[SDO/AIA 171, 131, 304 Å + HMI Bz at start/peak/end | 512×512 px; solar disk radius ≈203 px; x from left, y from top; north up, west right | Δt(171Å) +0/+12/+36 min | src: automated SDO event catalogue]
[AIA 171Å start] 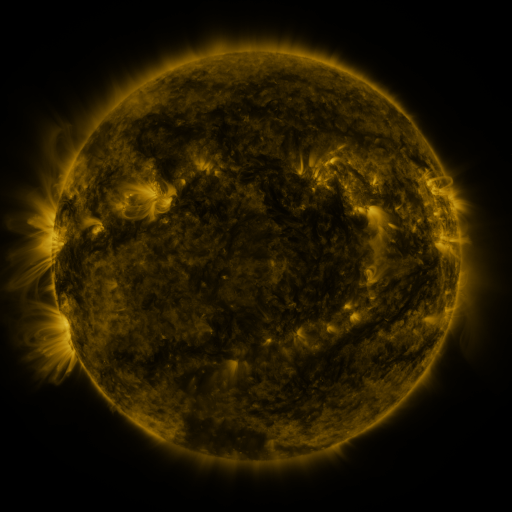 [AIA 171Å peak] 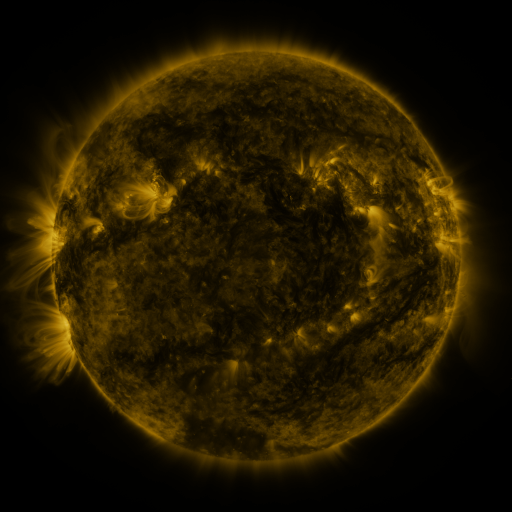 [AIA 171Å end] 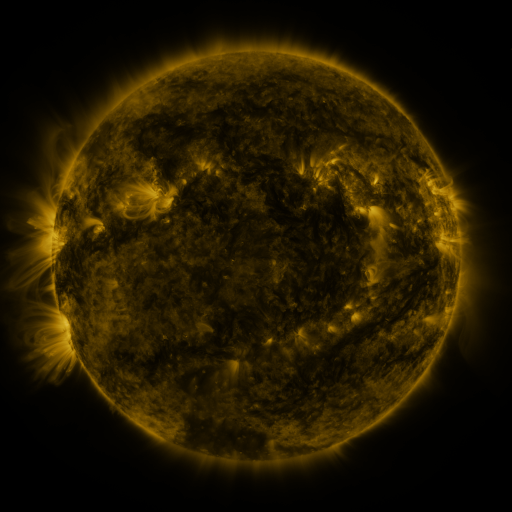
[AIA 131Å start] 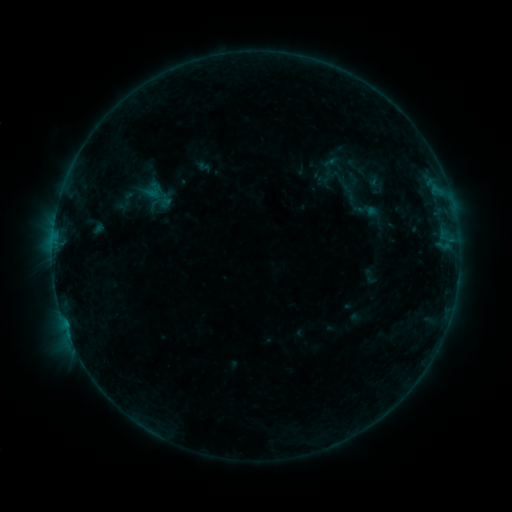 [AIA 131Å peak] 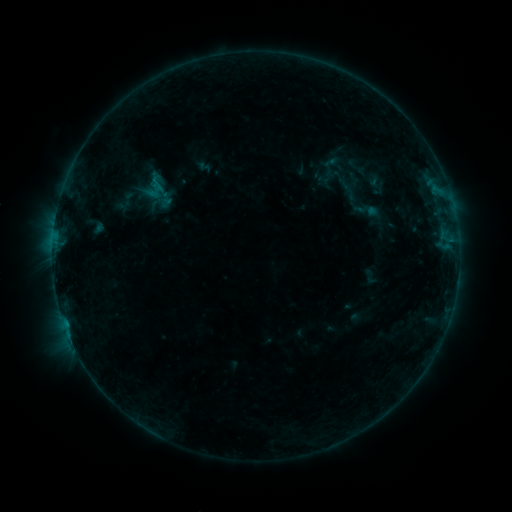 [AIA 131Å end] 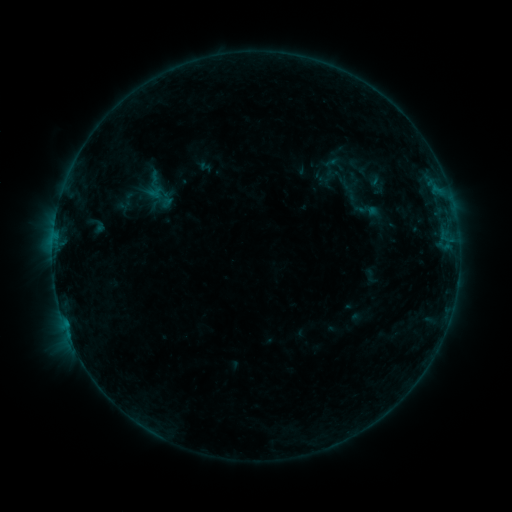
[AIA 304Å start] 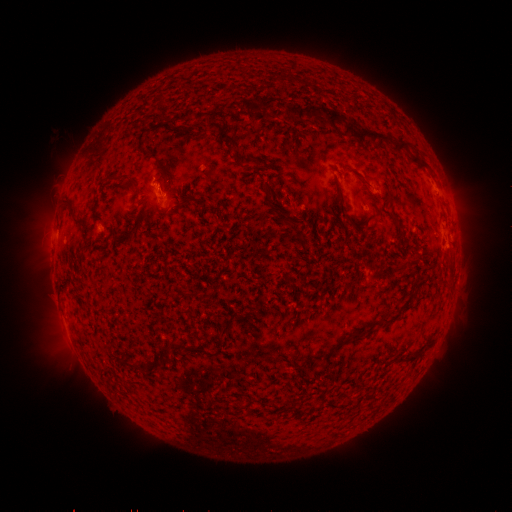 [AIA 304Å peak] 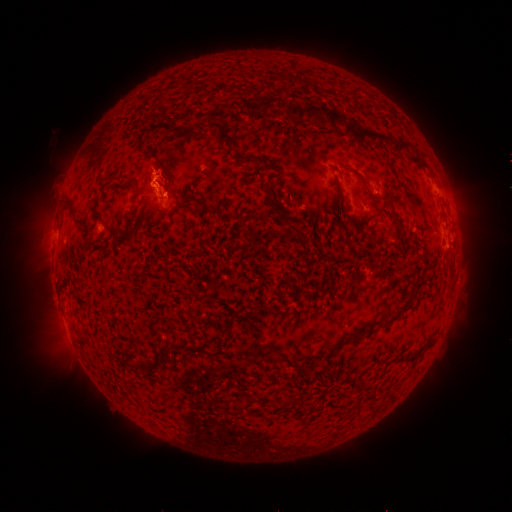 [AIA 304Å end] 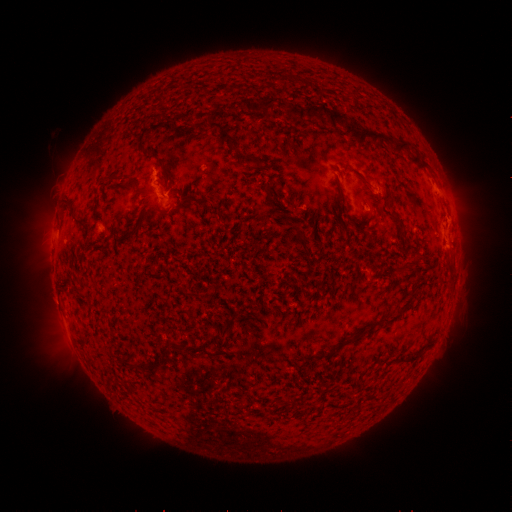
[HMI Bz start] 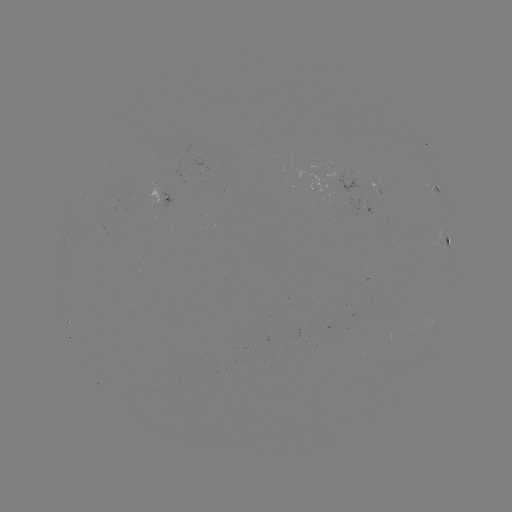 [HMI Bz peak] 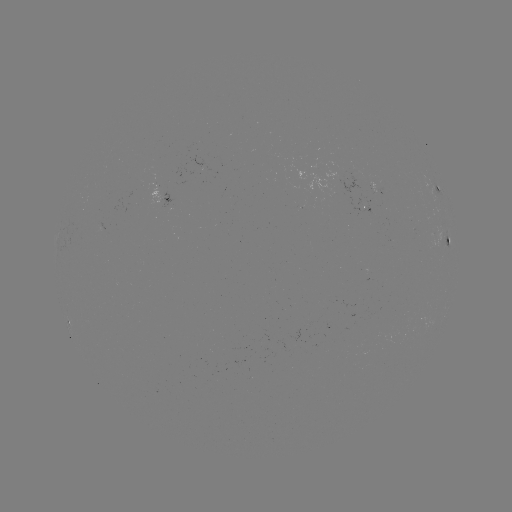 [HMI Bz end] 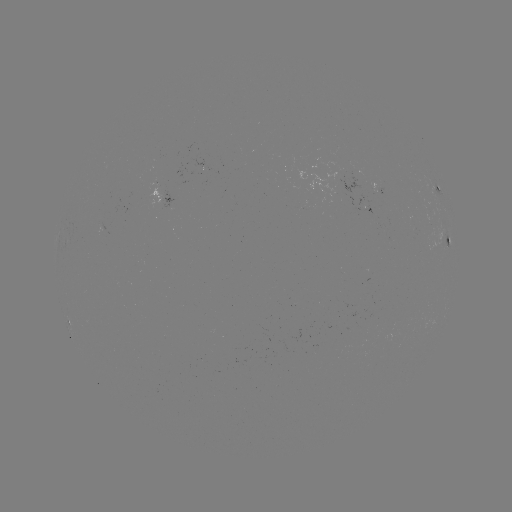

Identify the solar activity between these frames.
B3.7 flare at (160, 189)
